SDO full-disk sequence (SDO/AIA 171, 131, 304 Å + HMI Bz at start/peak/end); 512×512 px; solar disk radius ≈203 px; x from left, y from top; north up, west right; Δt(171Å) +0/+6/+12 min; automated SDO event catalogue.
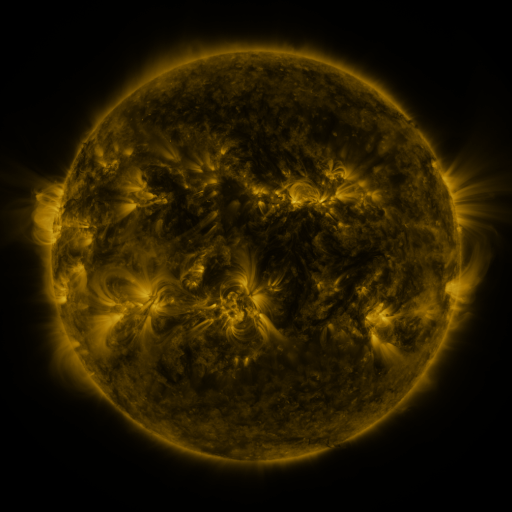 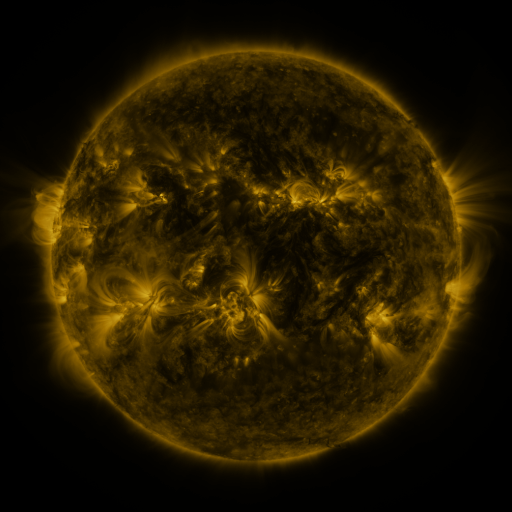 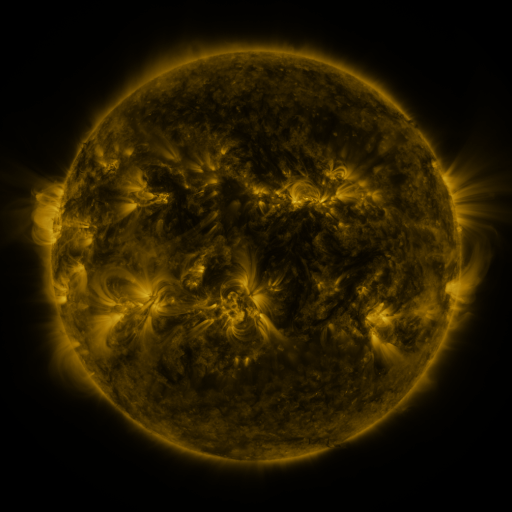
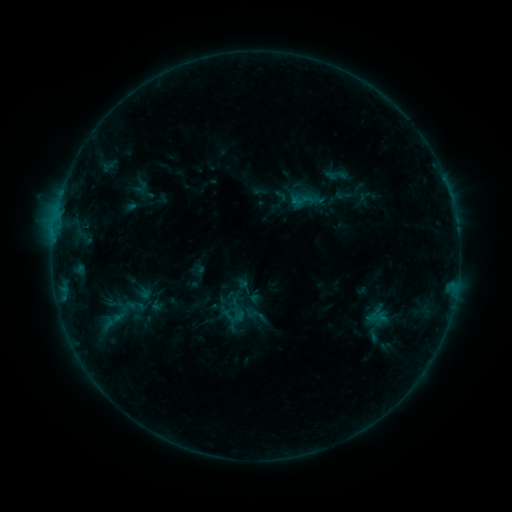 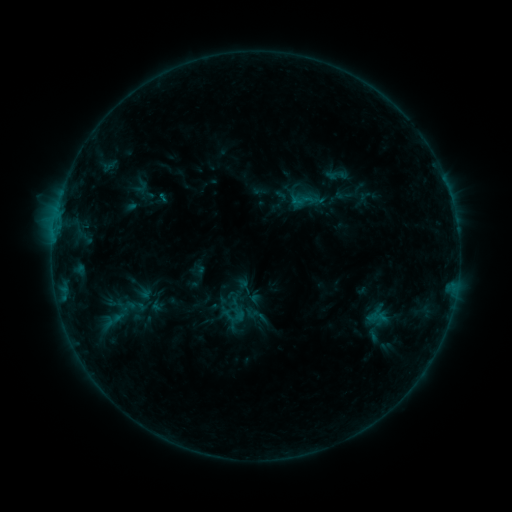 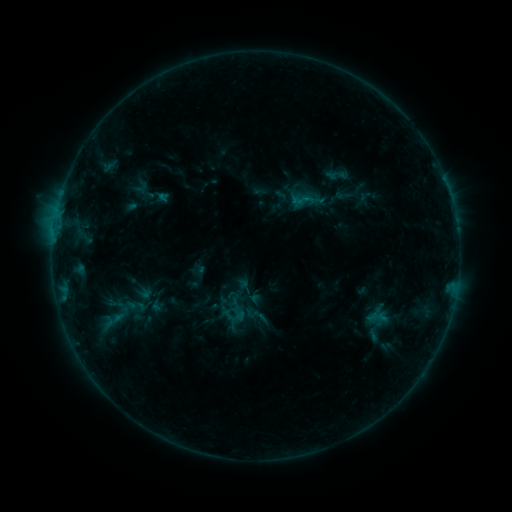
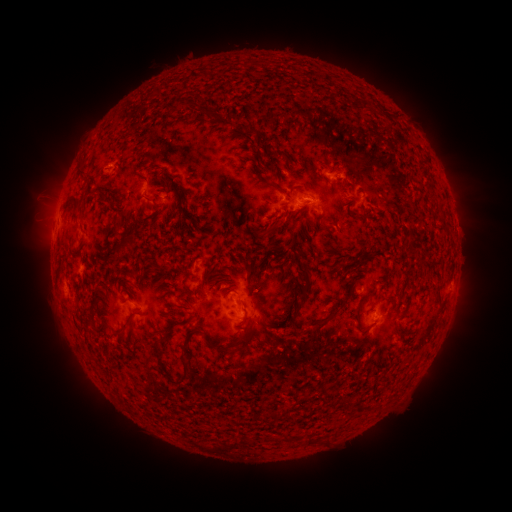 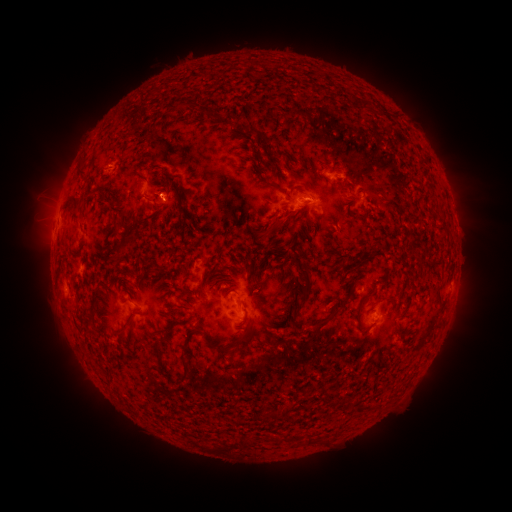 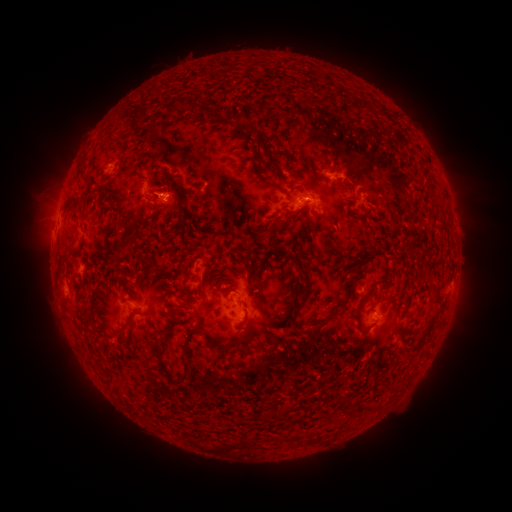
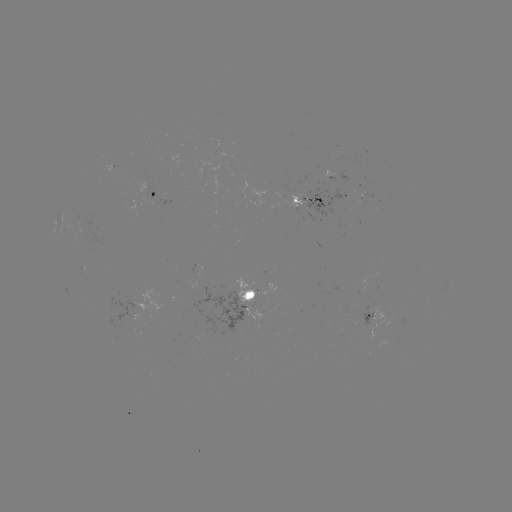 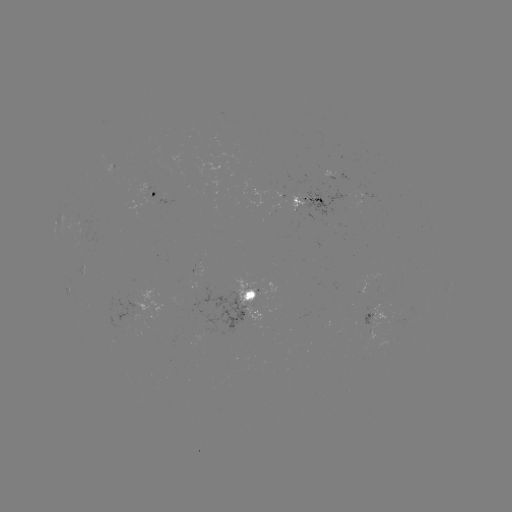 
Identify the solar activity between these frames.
eruption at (170, 199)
